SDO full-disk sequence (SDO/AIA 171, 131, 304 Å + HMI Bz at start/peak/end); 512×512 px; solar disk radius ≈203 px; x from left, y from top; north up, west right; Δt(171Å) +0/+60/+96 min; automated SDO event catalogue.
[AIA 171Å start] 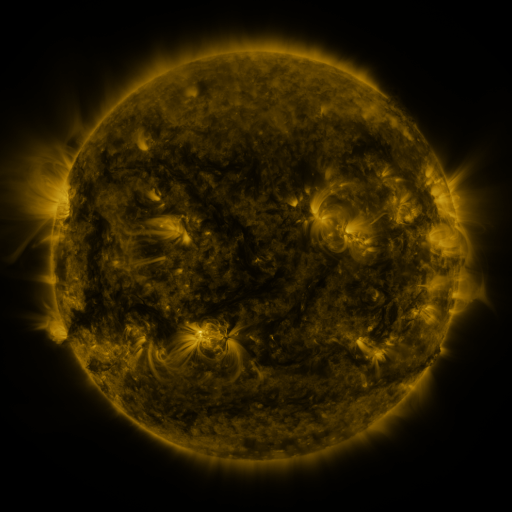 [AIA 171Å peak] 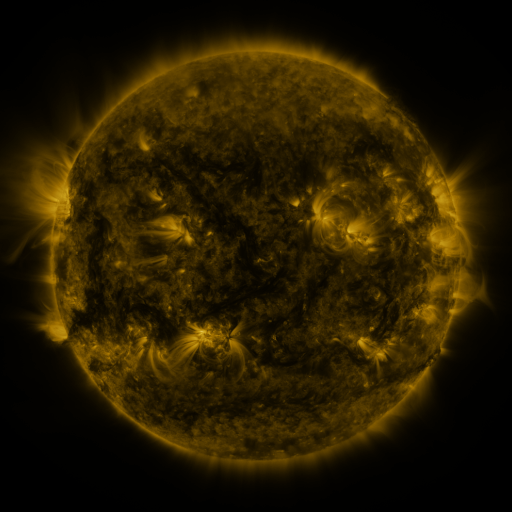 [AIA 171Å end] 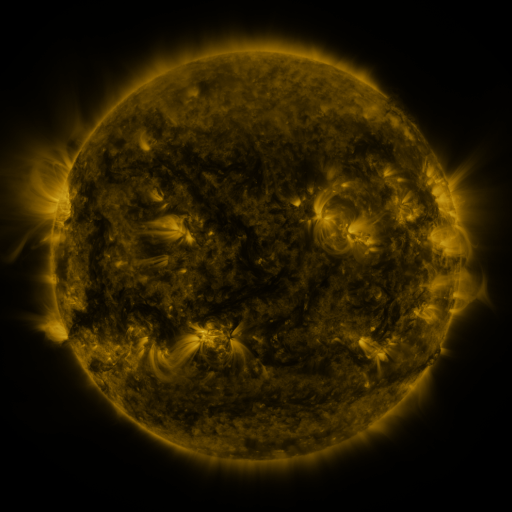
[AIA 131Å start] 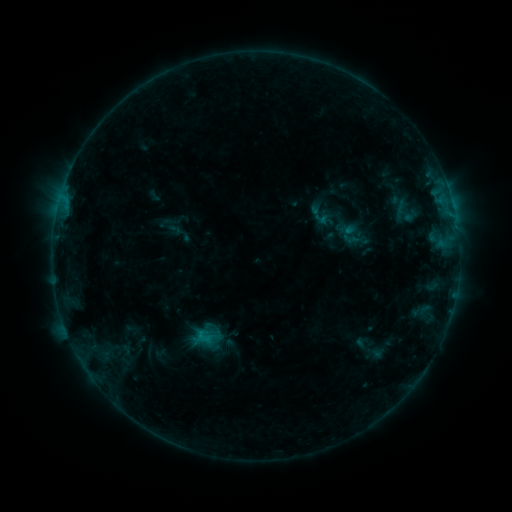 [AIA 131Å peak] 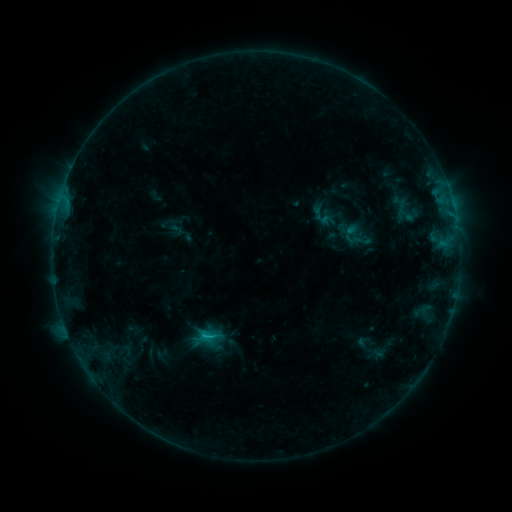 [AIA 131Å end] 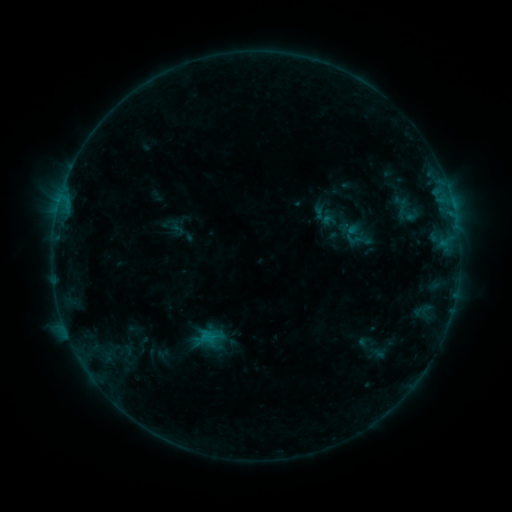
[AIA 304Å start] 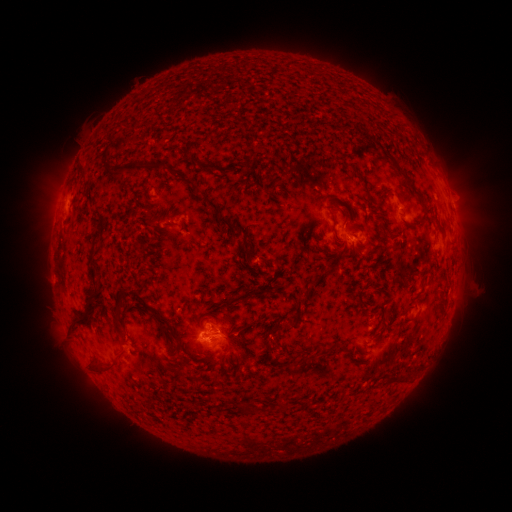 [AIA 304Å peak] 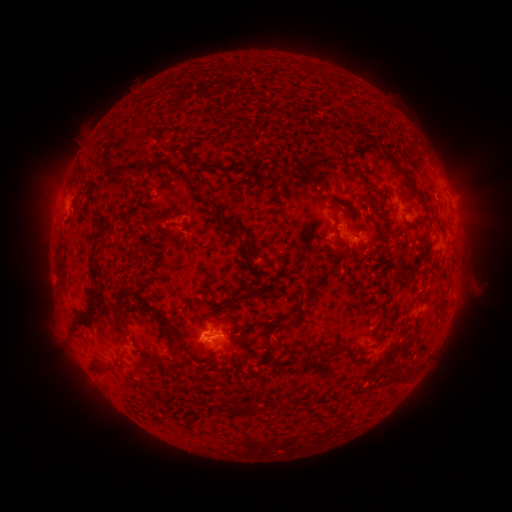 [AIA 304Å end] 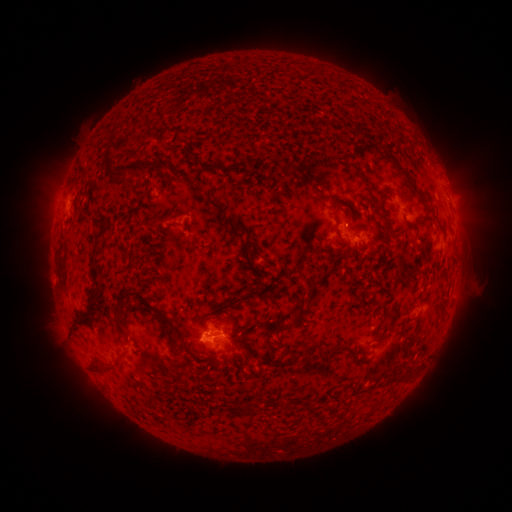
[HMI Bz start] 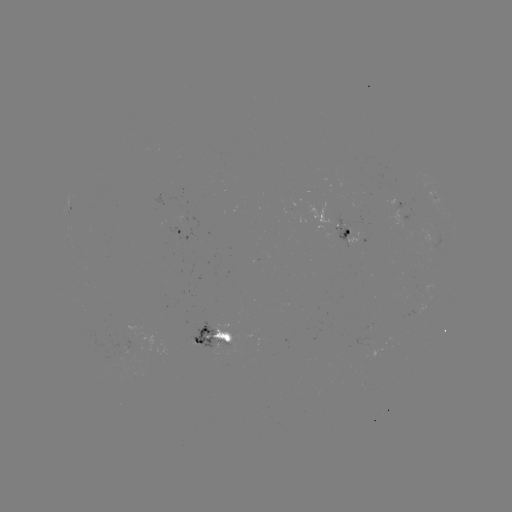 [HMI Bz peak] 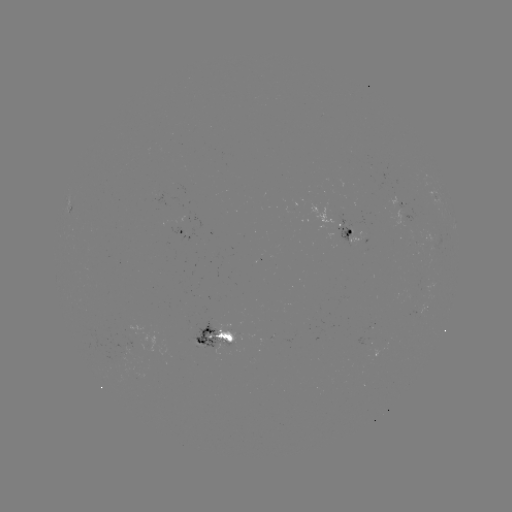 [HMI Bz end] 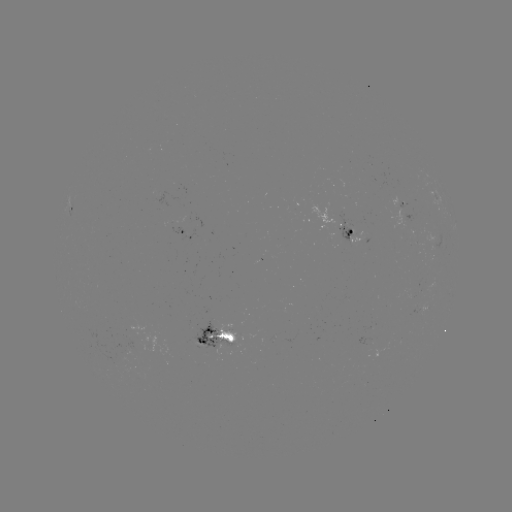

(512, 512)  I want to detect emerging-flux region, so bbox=[189, 323, 225, 355].